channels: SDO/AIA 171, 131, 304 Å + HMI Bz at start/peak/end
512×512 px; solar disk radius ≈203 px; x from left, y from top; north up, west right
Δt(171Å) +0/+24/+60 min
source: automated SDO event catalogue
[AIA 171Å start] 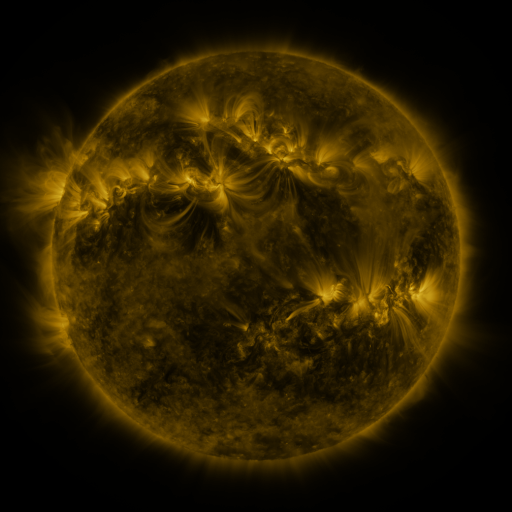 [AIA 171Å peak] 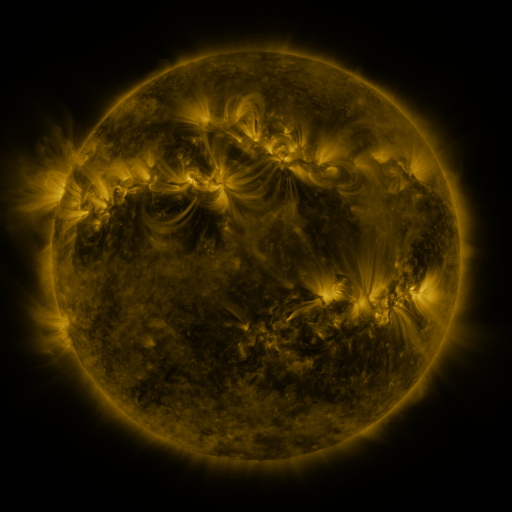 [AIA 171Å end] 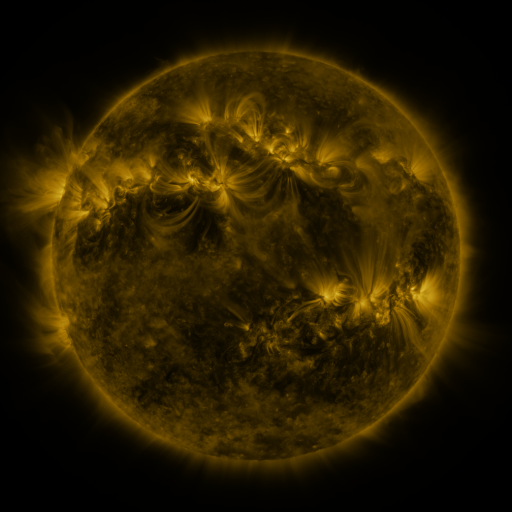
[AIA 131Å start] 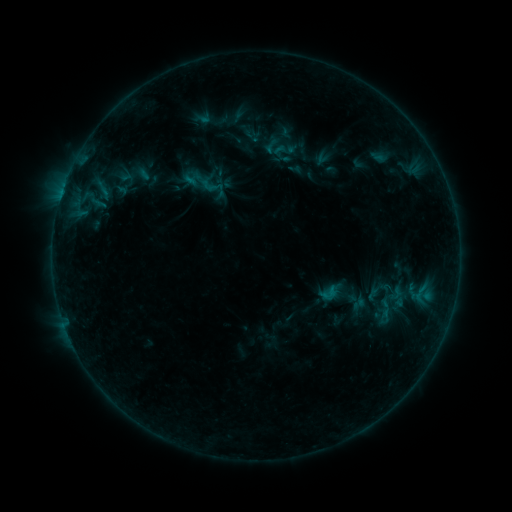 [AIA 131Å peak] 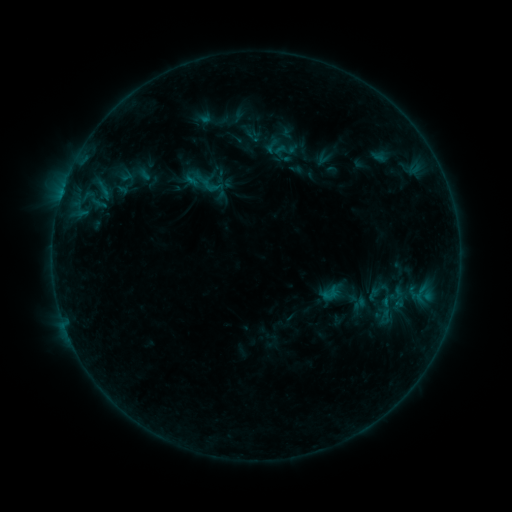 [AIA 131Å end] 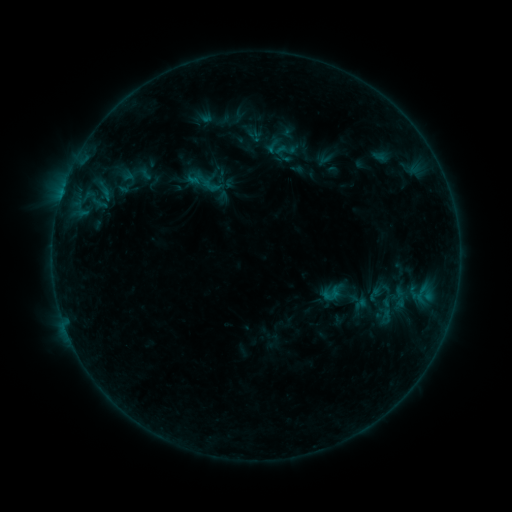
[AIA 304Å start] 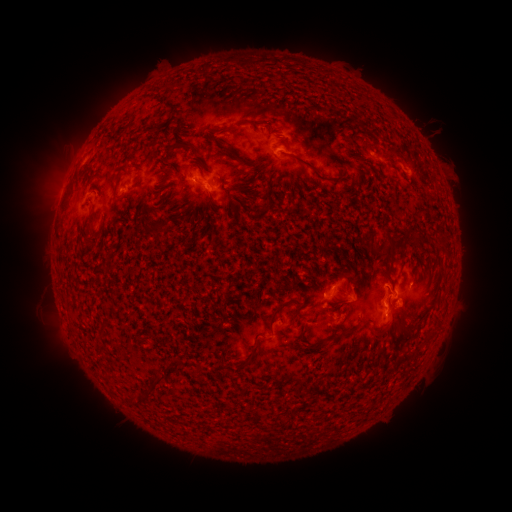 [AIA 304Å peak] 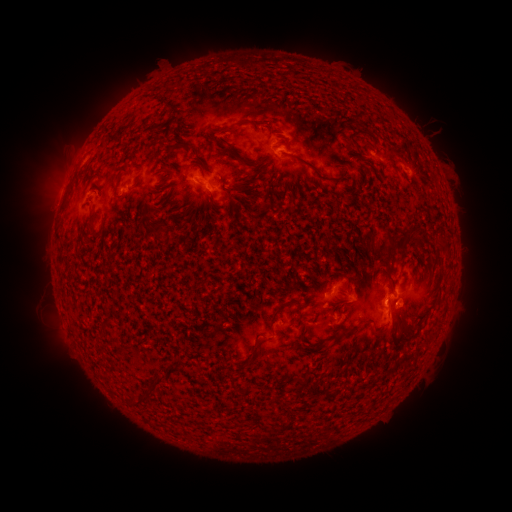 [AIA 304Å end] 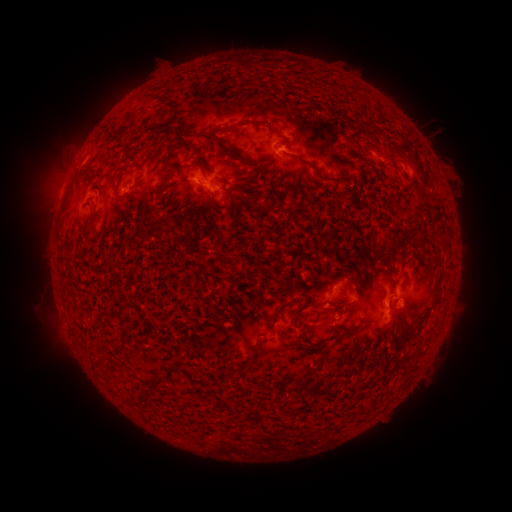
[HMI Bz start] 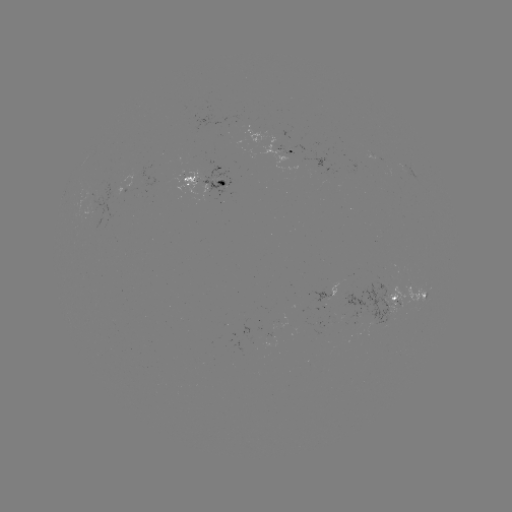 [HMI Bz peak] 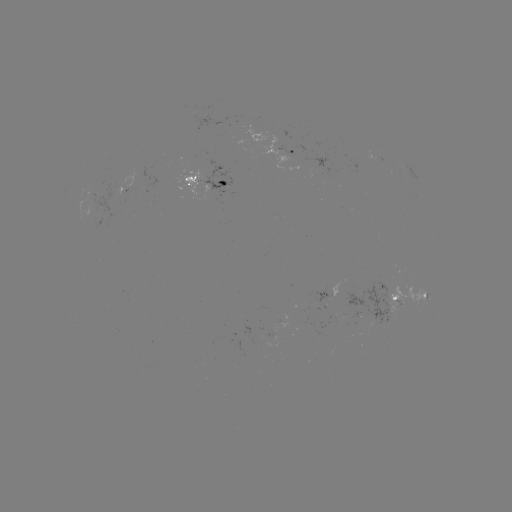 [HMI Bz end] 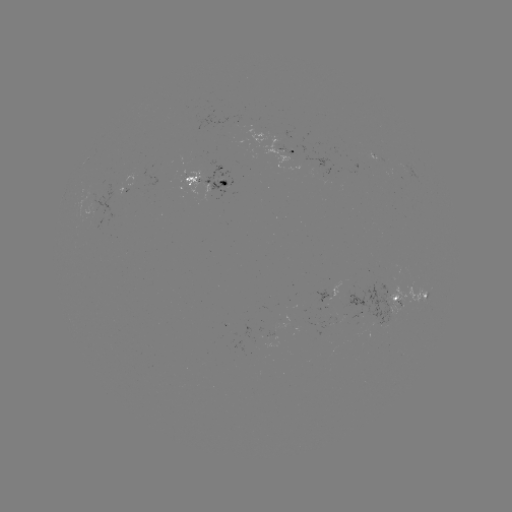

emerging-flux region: (364, 150, 378, 160)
